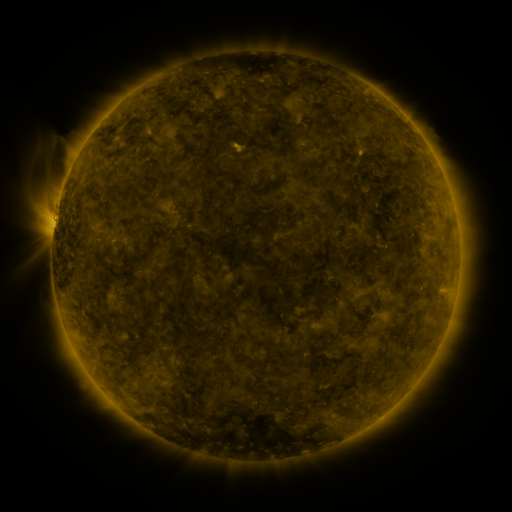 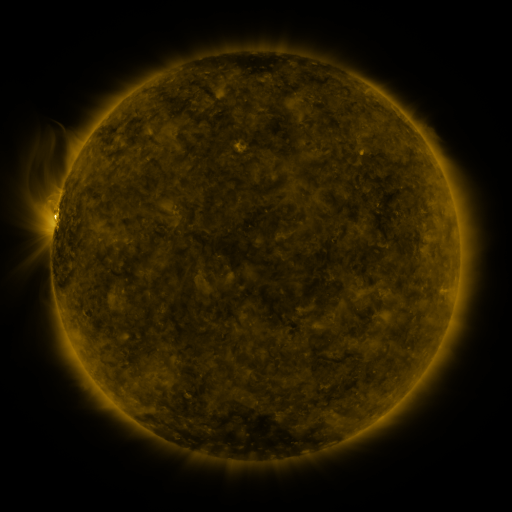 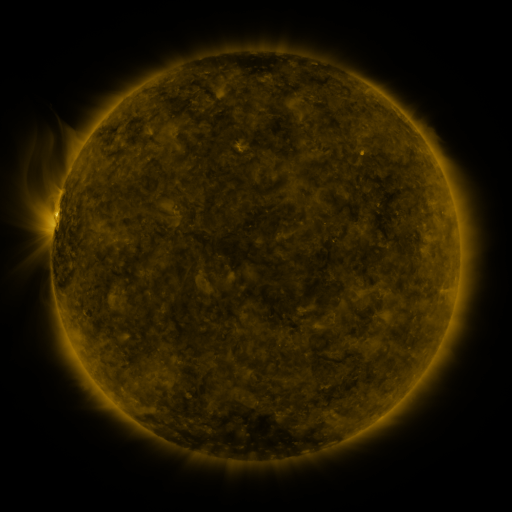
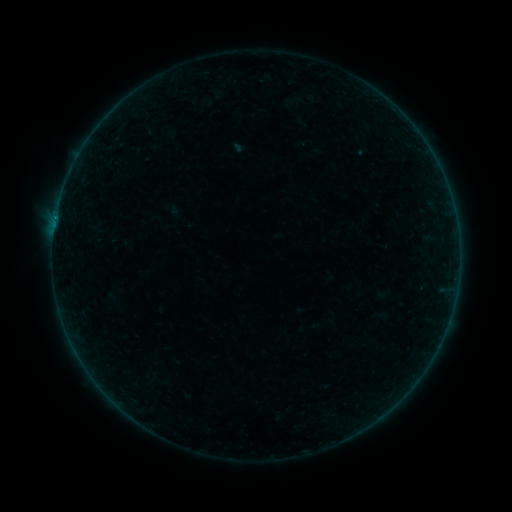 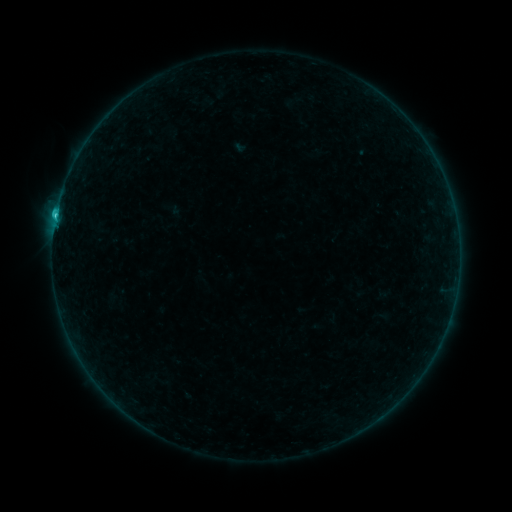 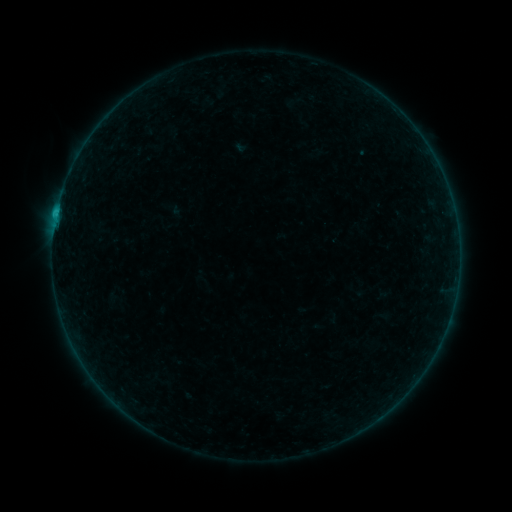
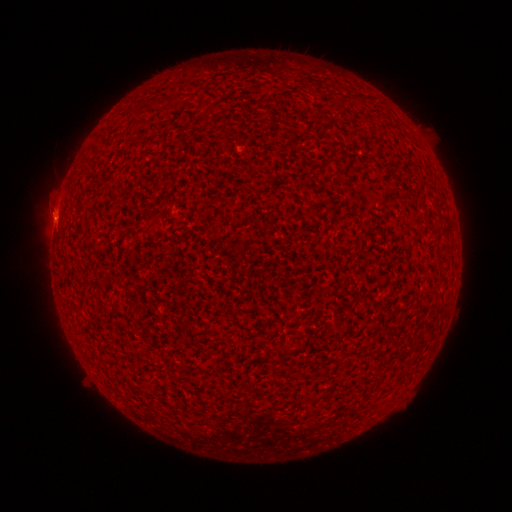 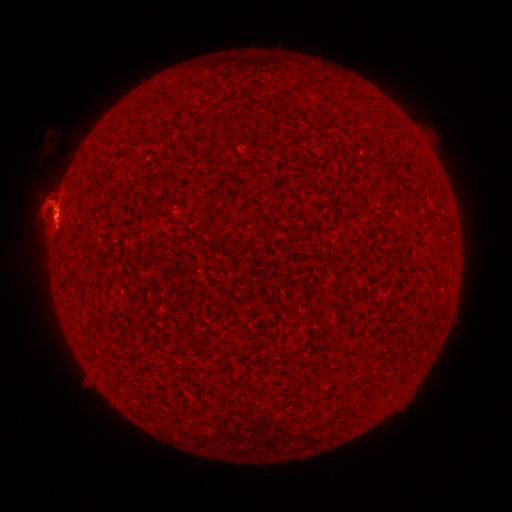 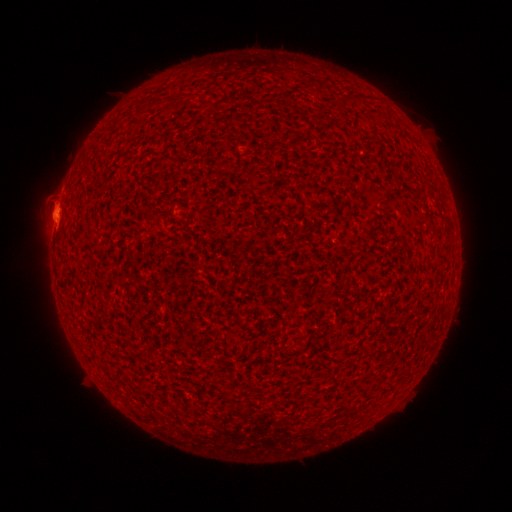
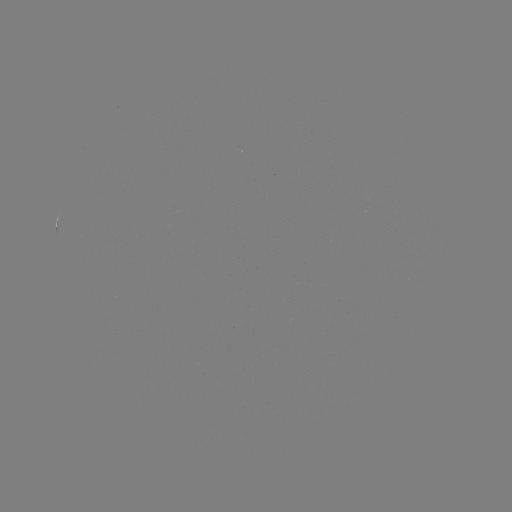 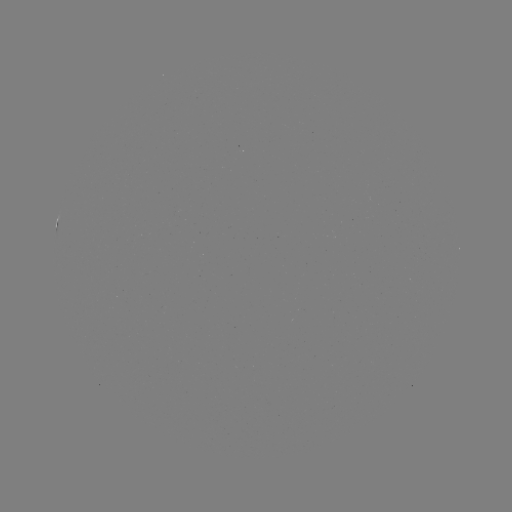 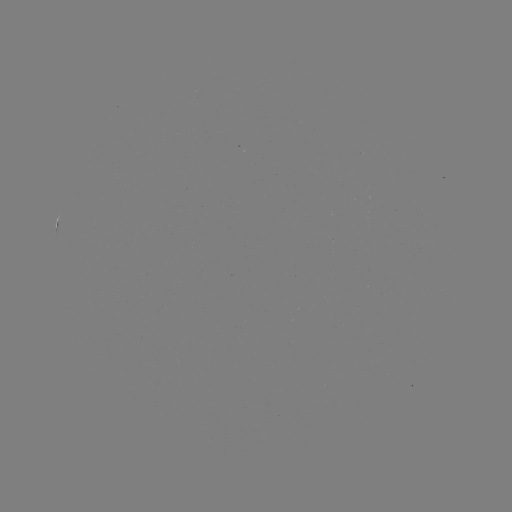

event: flare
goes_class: C1.0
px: (56, 216)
